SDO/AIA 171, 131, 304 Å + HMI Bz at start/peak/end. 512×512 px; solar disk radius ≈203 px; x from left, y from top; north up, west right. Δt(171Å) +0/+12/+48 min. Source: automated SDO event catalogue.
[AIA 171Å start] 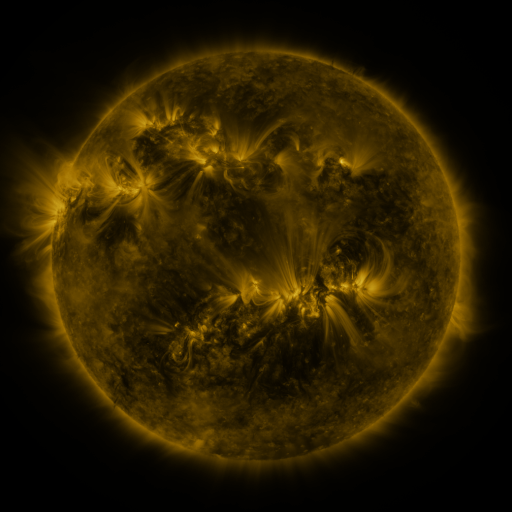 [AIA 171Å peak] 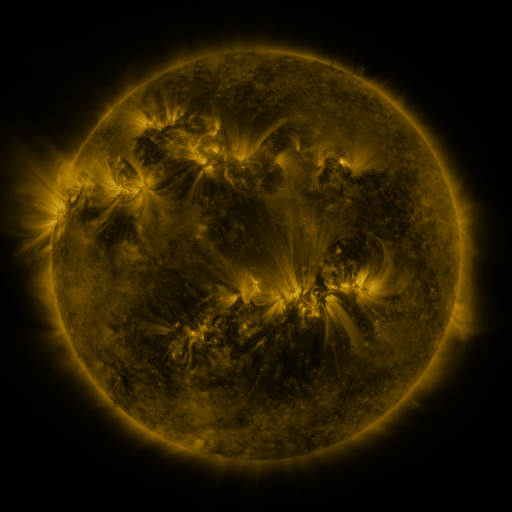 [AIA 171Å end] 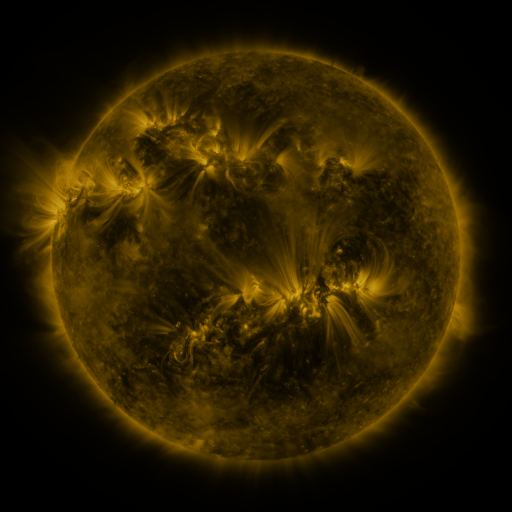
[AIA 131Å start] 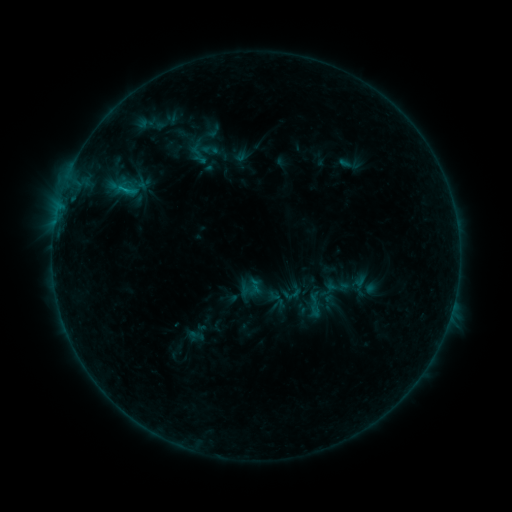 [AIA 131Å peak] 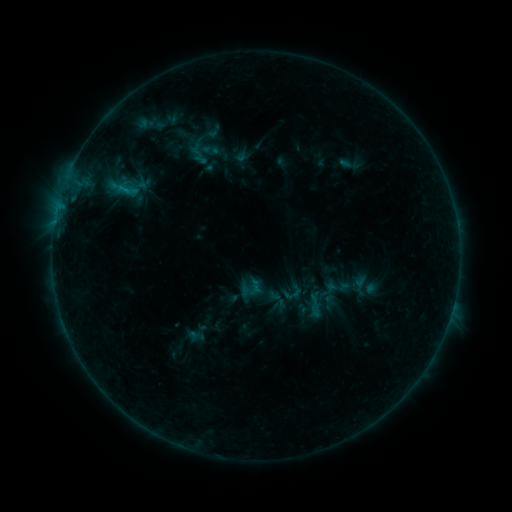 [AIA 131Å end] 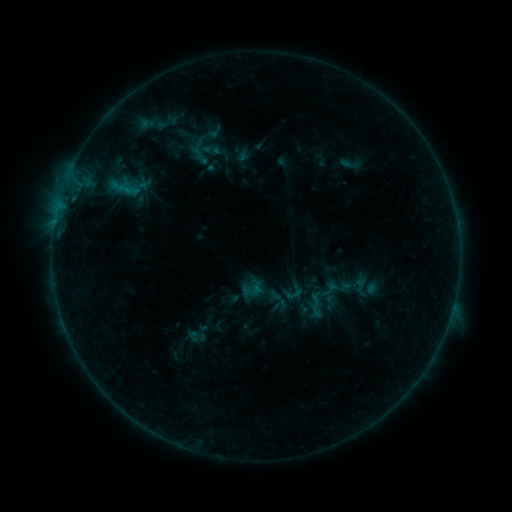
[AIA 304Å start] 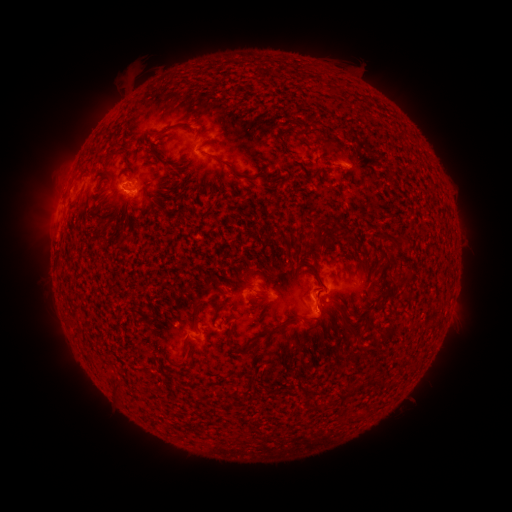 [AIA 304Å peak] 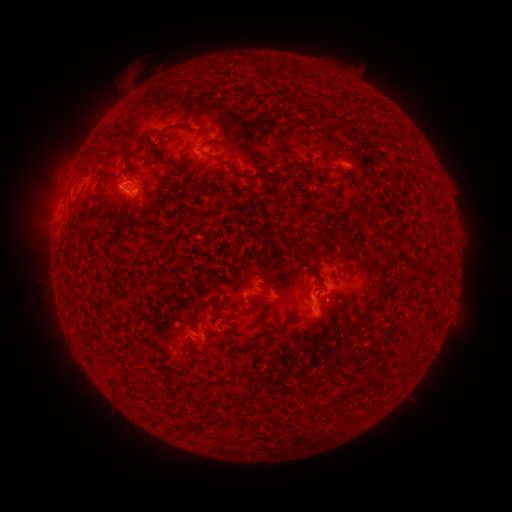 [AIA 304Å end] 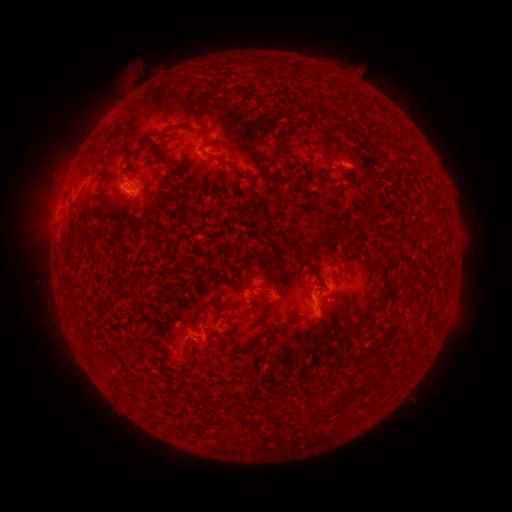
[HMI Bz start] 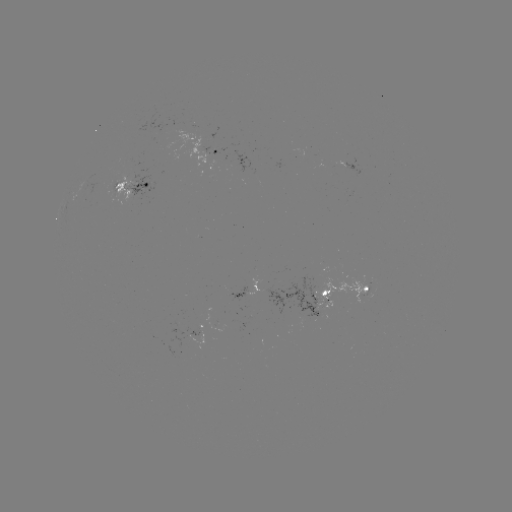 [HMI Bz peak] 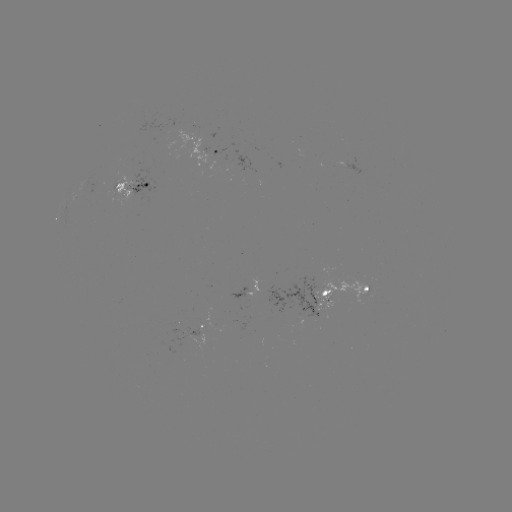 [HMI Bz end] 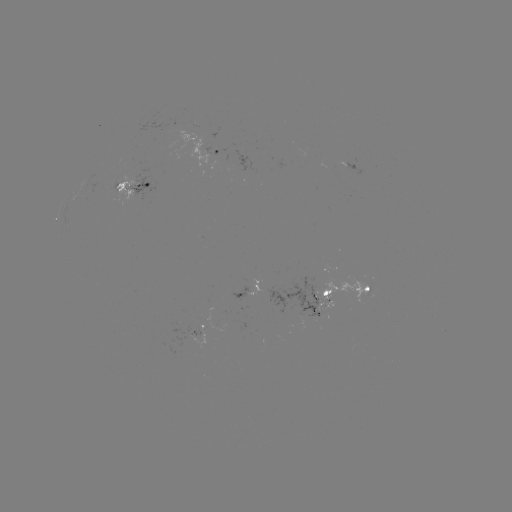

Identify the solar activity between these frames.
emerging-flux region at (314, 301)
